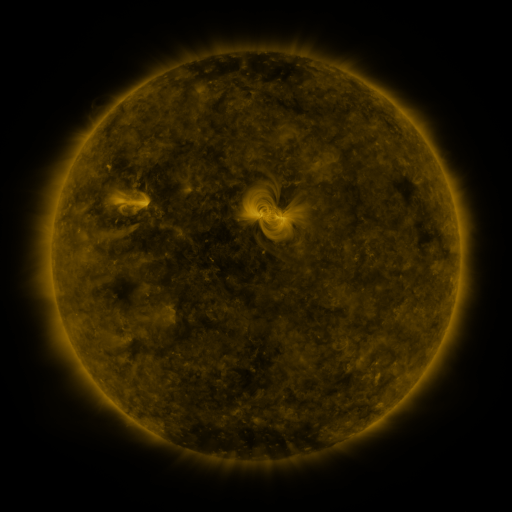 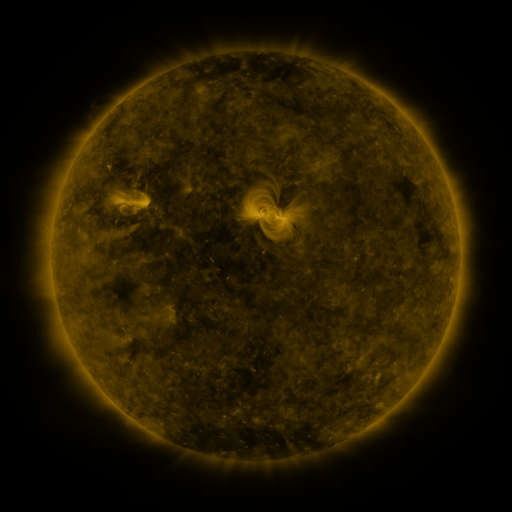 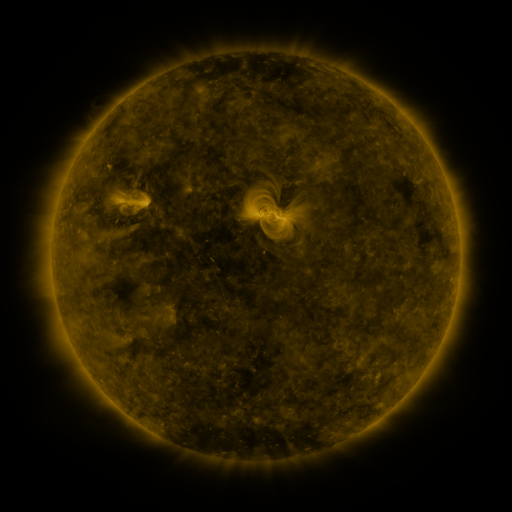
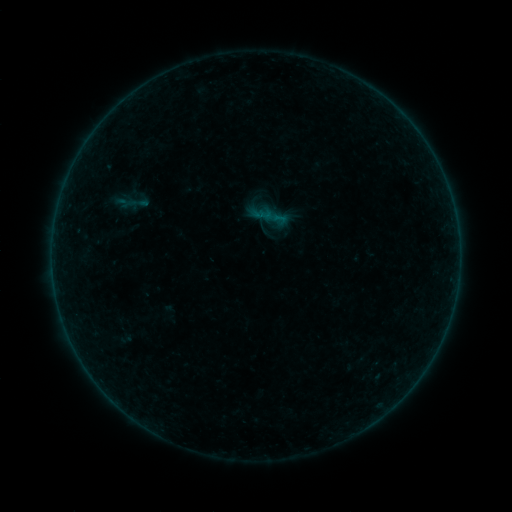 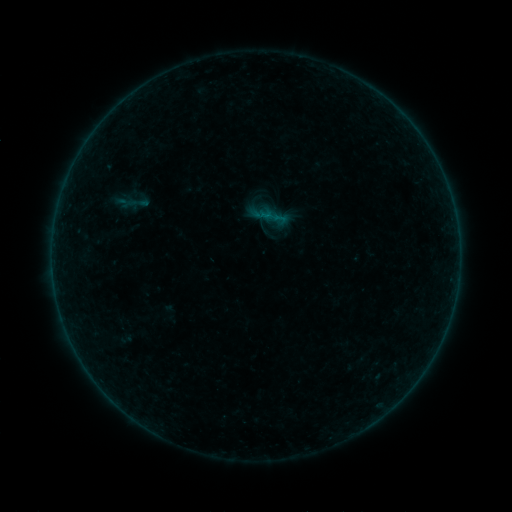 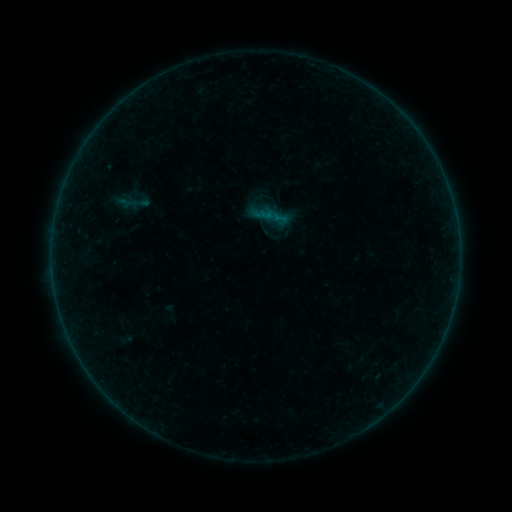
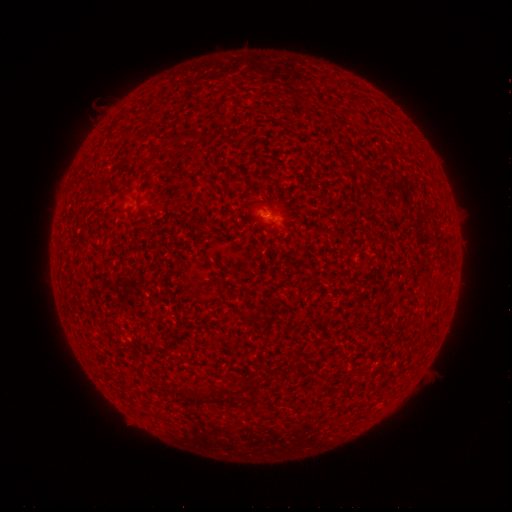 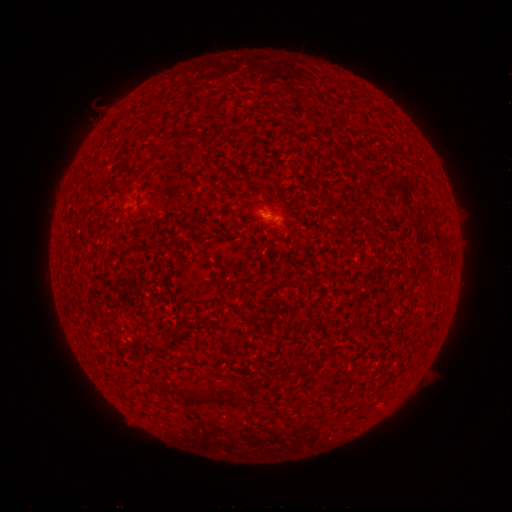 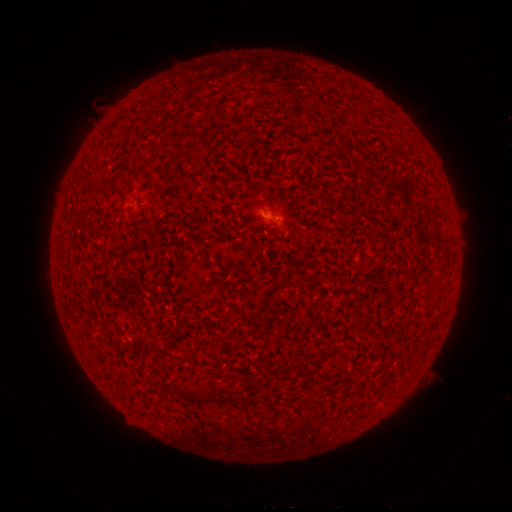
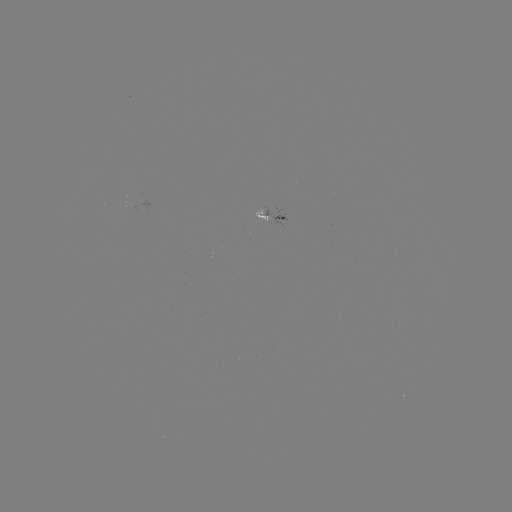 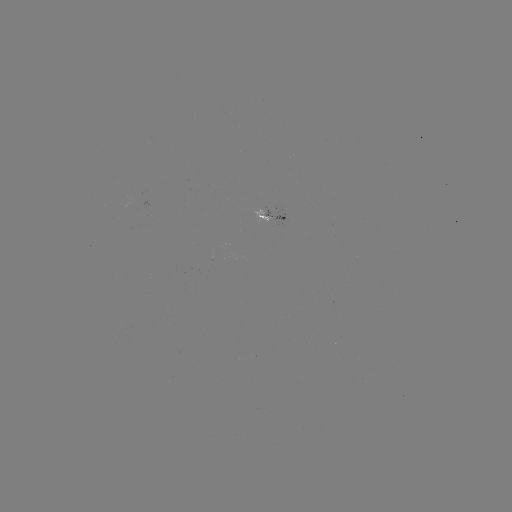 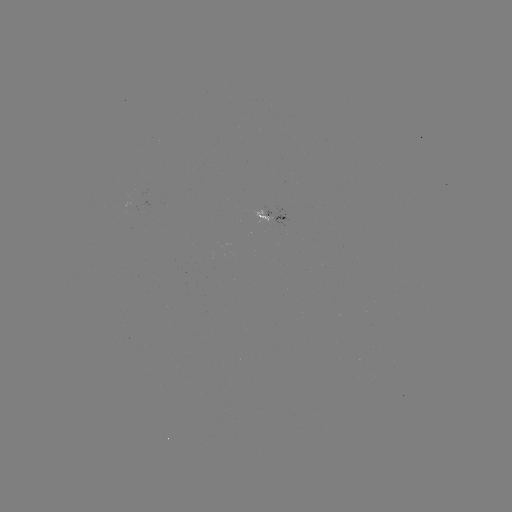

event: flare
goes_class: A5.9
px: (266, 215)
